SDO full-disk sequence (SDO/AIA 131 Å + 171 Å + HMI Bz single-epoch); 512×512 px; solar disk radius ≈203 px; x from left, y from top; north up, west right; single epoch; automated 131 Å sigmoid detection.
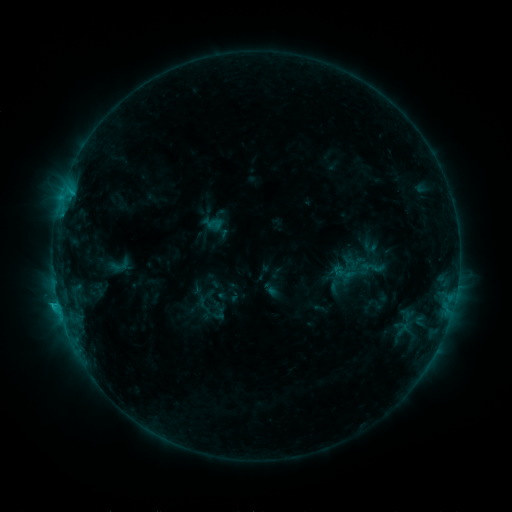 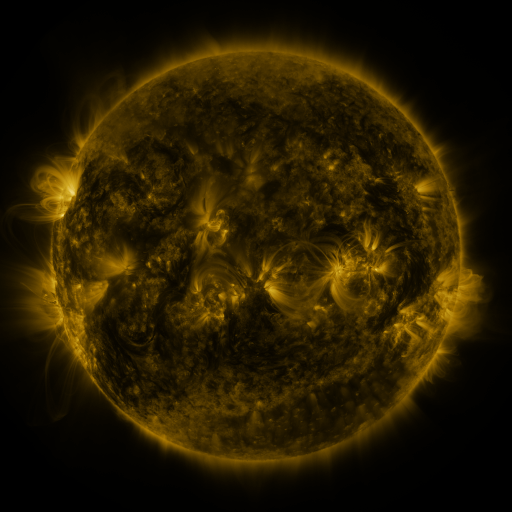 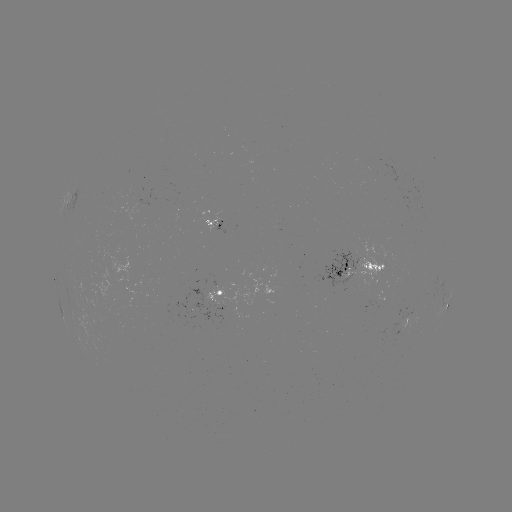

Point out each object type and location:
sigmoid: [338, 250, 378, 292]
sigmoid: [107, 255, 132, 277]
